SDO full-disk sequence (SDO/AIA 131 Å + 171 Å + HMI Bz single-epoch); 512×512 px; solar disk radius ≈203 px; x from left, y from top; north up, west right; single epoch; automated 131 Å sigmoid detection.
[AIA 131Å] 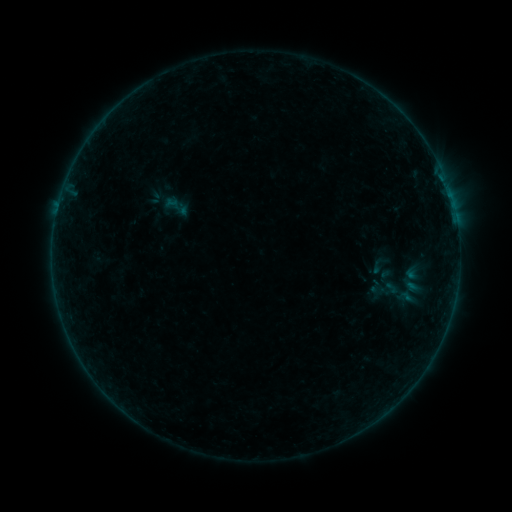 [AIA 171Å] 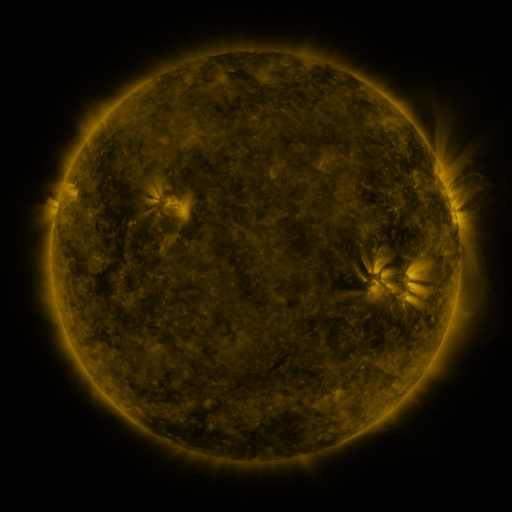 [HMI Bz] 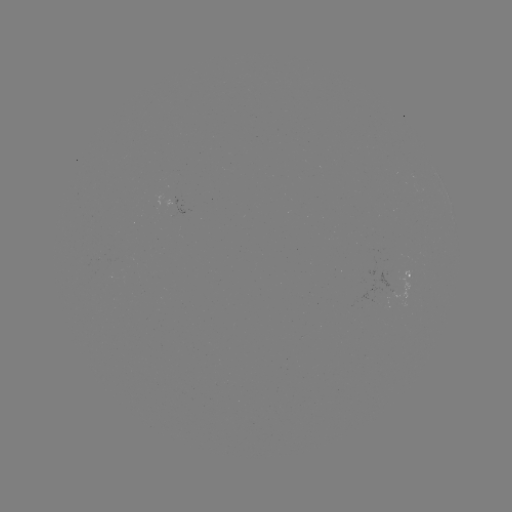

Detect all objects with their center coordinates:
sigmoid: (176, 206)
sigmoid: (381, 264)
